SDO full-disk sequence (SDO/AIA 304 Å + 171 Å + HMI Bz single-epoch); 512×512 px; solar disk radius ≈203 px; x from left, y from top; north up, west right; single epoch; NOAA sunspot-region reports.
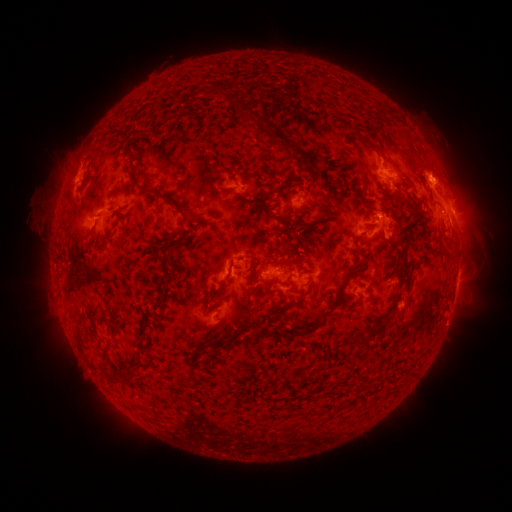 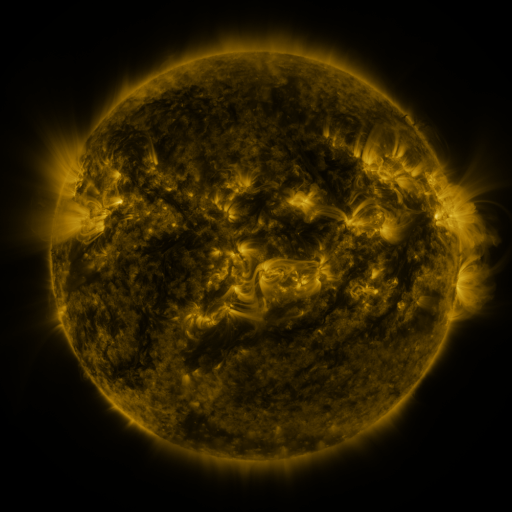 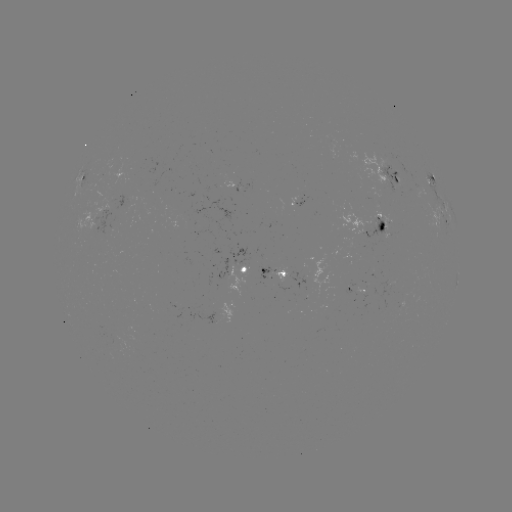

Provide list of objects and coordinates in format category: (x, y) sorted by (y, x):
spotted active region: (396, 178)
spotted active region: (86, 182)
spotted active region: (383, 221)
spotted active region: (449, 226)
spotted active region: (245, 273)
spotted active region: (270, 273)
spotted active region: (456, 285)
spotted active region: (358, 286)
